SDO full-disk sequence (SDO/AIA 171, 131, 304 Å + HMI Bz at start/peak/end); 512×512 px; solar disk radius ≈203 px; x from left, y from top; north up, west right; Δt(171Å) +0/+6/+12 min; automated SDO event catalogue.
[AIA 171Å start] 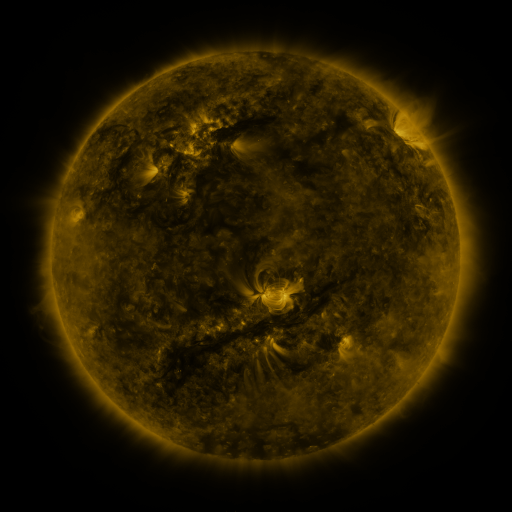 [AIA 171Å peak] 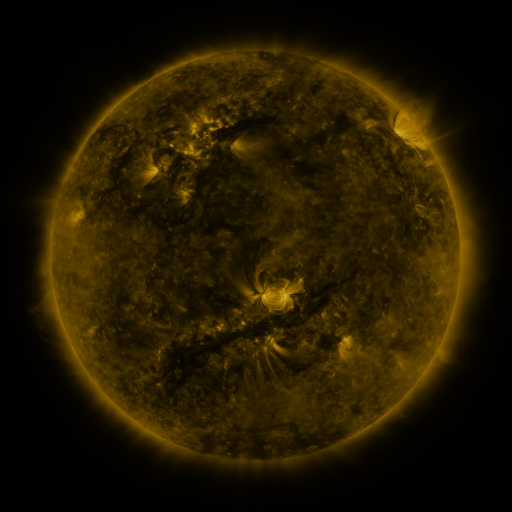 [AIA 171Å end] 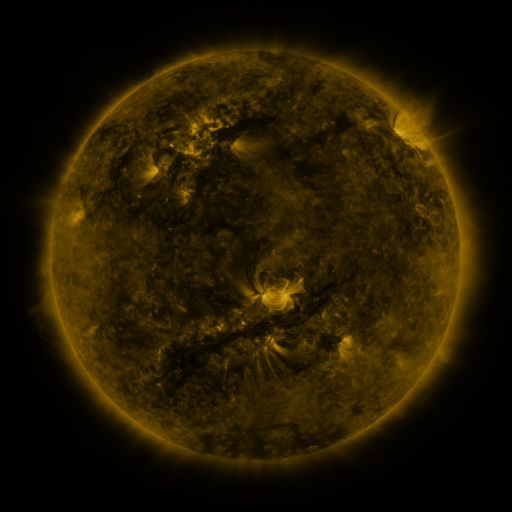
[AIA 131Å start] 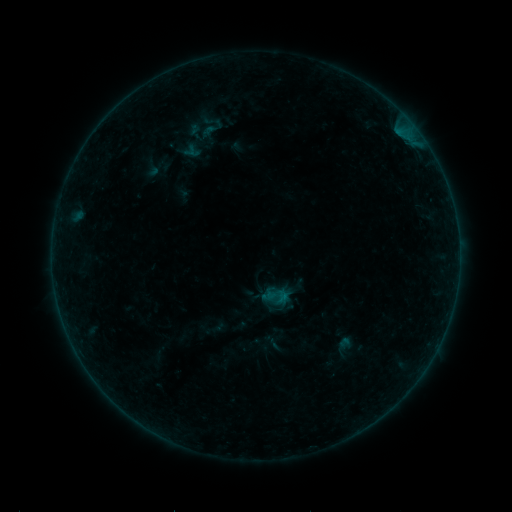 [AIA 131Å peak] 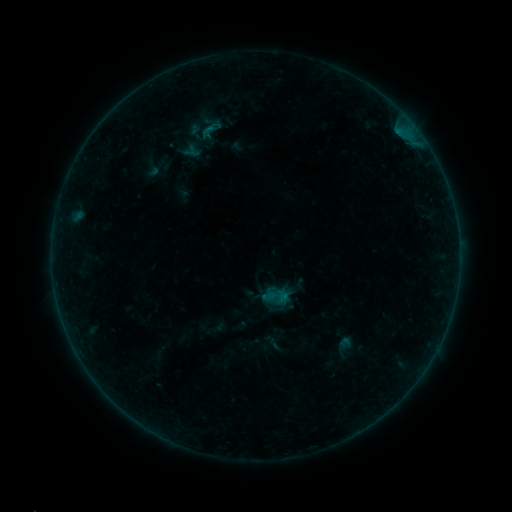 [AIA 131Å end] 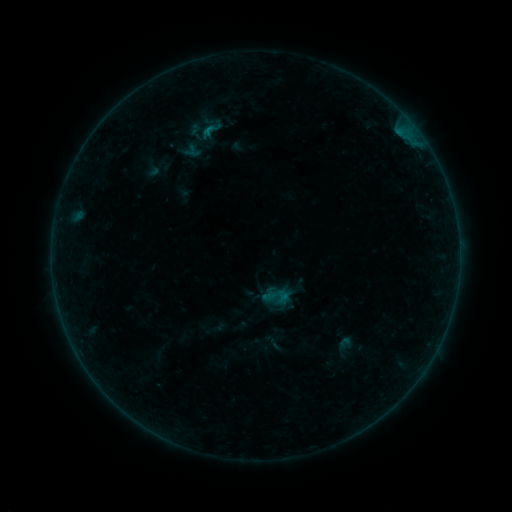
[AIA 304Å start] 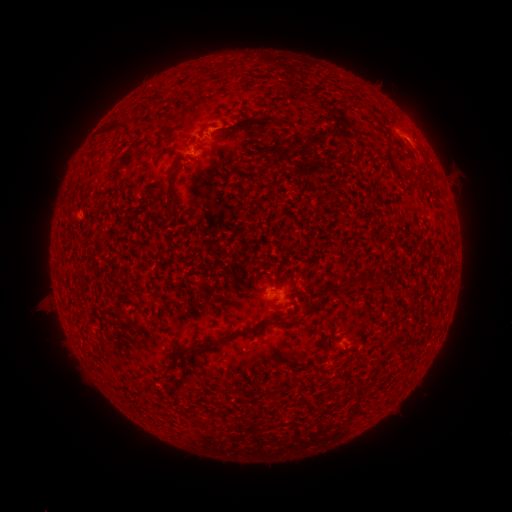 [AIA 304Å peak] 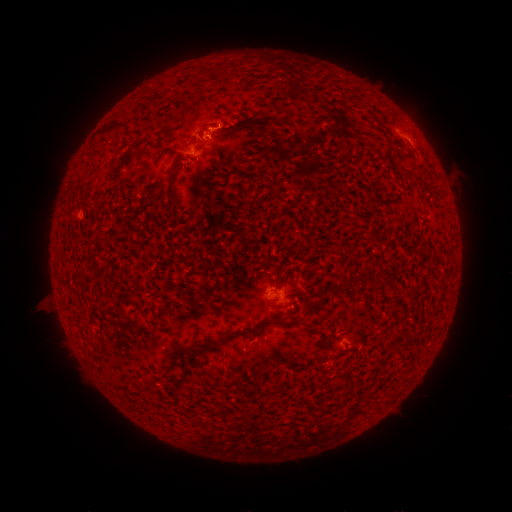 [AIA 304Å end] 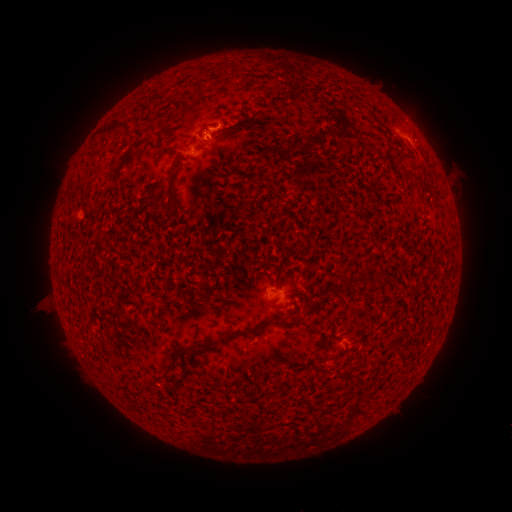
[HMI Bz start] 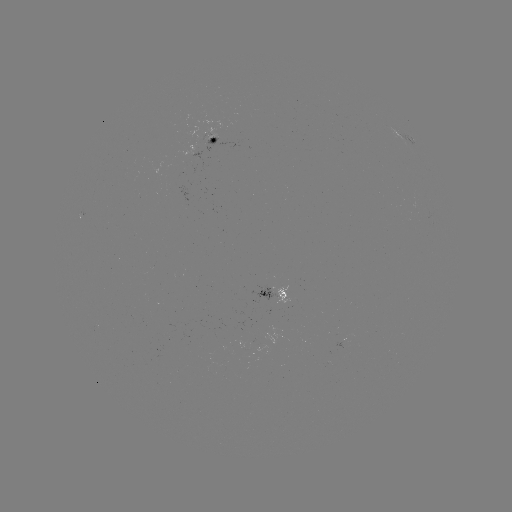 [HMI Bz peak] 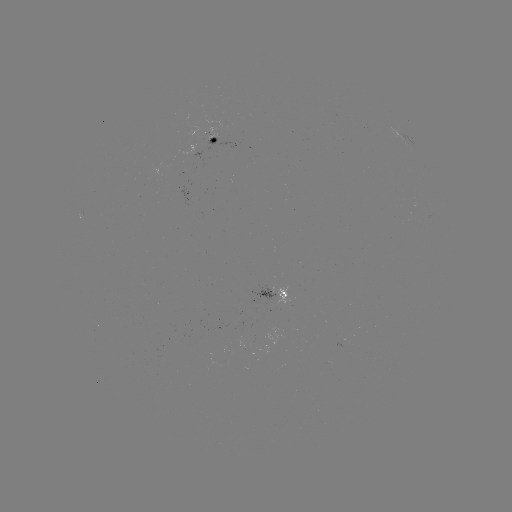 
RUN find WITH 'B4.2 flare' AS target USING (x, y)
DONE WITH (218, 129) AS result